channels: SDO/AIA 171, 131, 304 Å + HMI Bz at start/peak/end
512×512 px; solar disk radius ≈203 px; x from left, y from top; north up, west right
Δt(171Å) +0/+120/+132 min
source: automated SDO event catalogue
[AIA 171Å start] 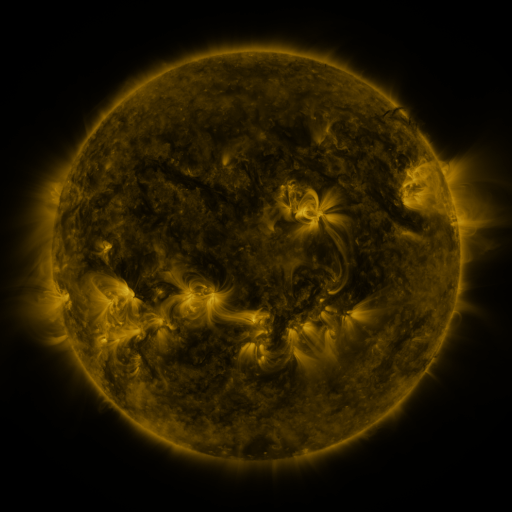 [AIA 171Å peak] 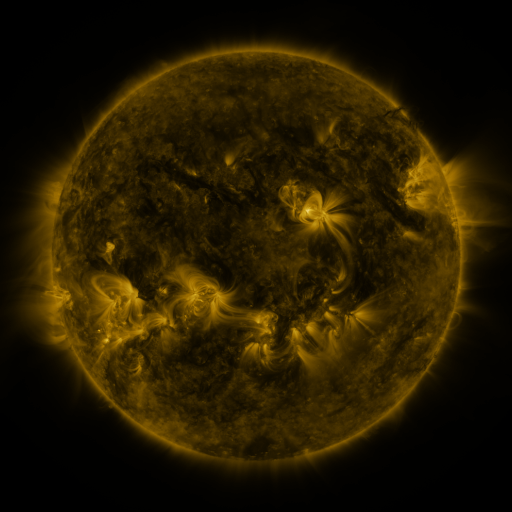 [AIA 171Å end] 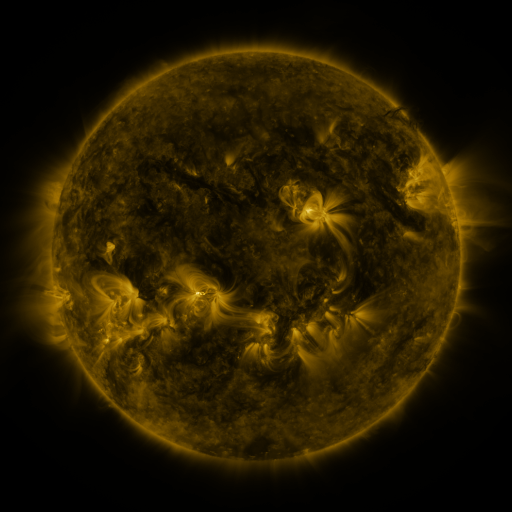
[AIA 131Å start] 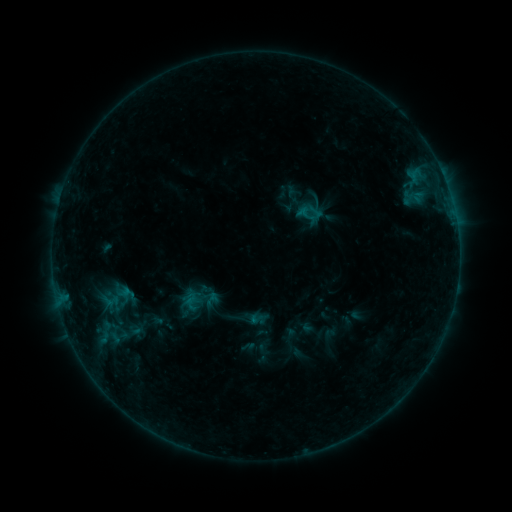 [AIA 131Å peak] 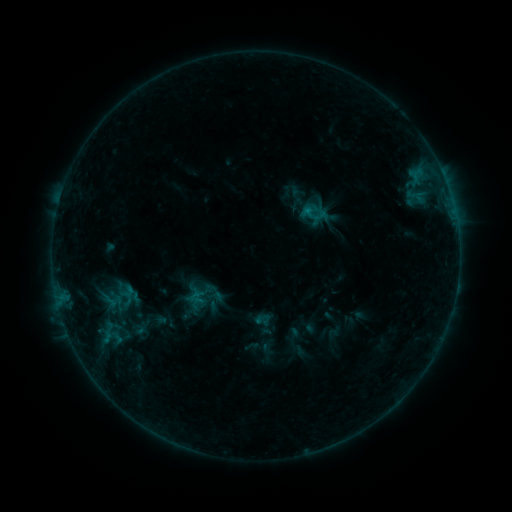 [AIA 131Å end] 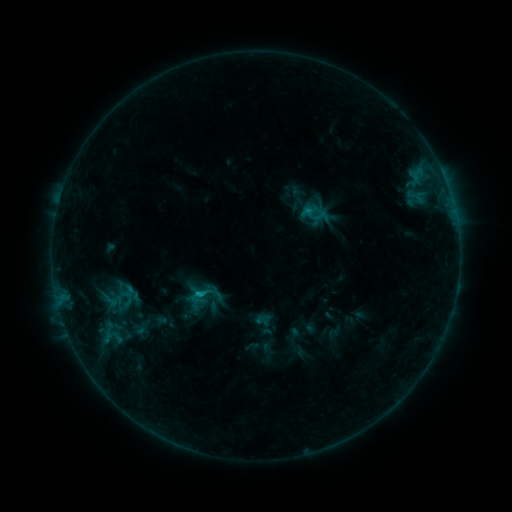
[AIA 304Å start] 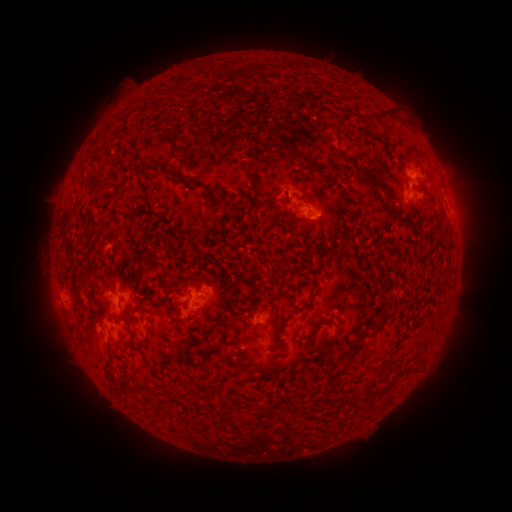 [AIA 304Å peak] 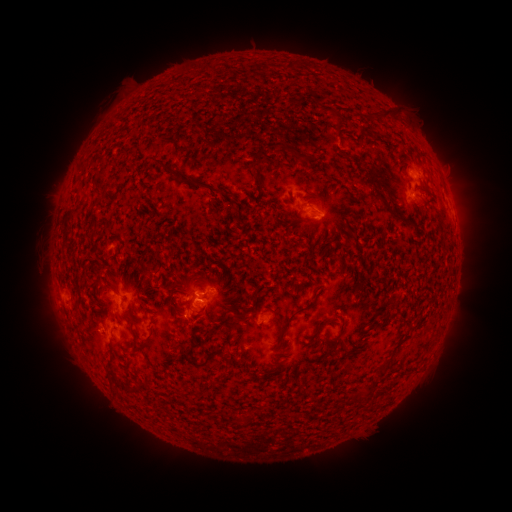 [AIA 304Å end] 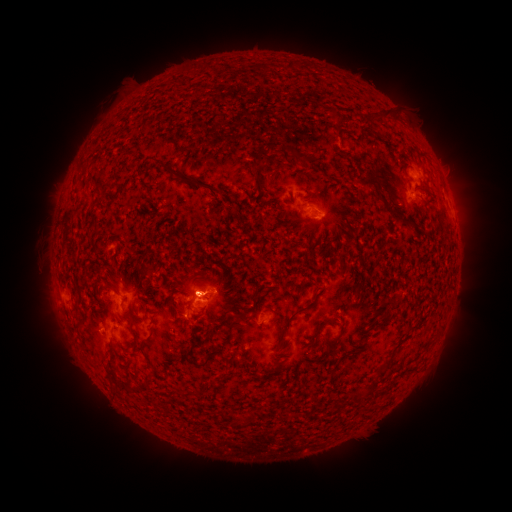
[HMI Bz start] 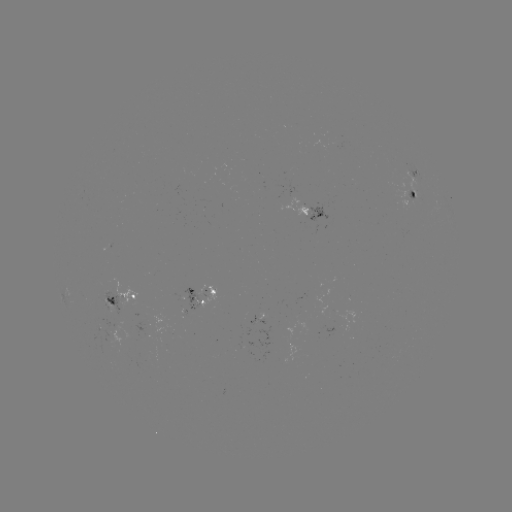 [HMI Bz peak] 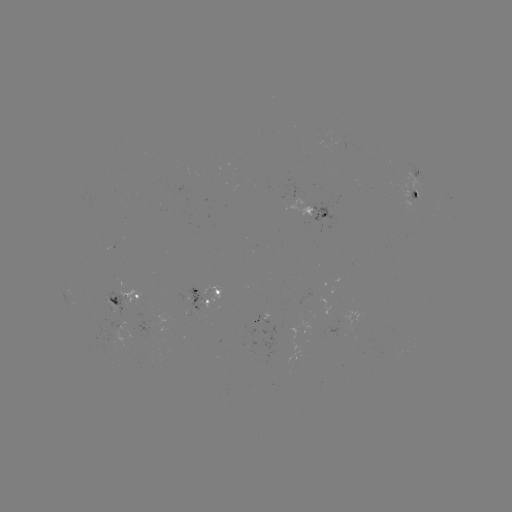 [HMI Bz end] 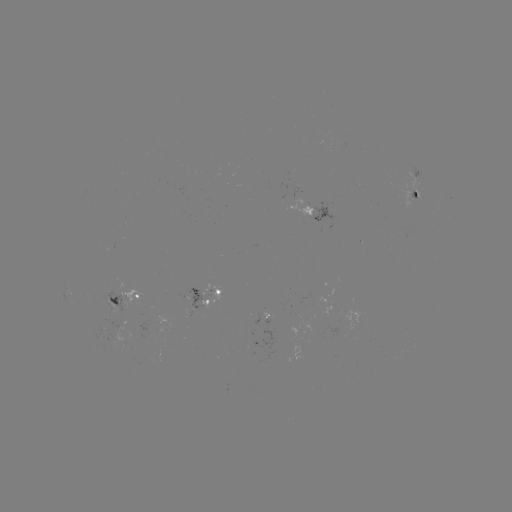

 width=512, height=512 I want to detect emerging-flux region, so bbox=[94, 324, 106, 336].